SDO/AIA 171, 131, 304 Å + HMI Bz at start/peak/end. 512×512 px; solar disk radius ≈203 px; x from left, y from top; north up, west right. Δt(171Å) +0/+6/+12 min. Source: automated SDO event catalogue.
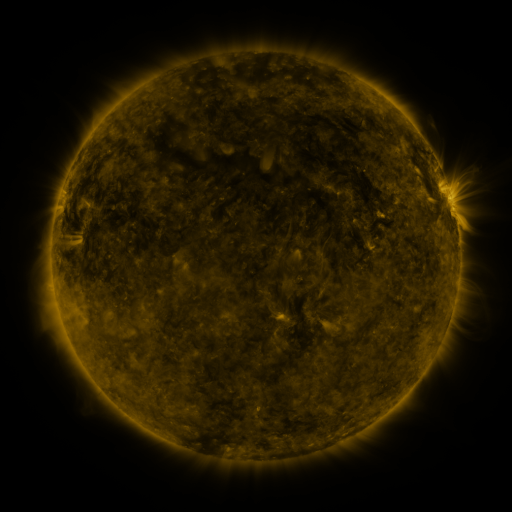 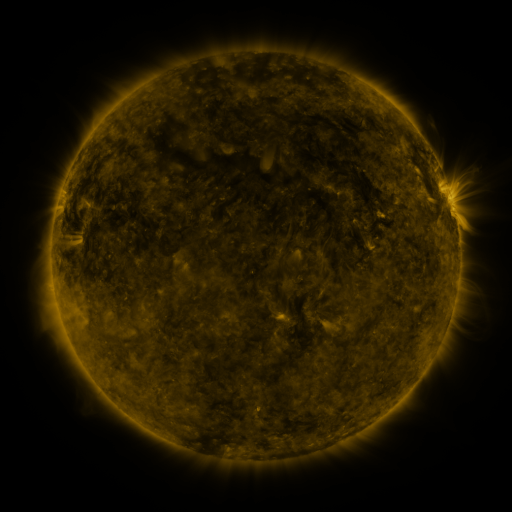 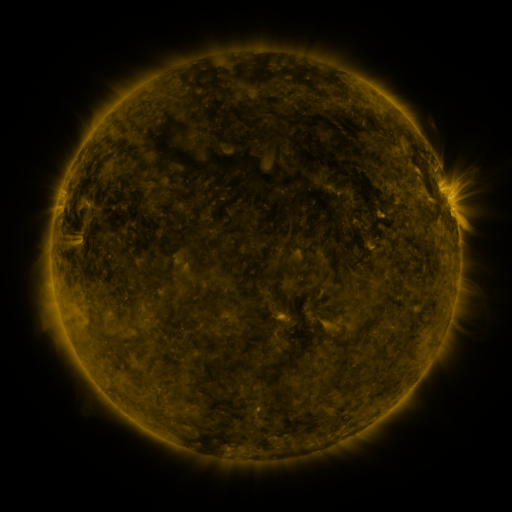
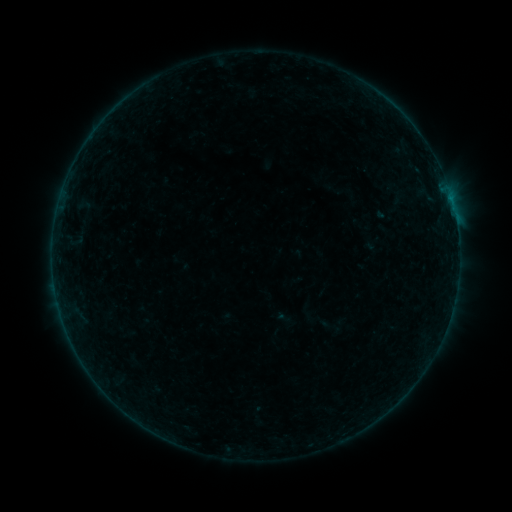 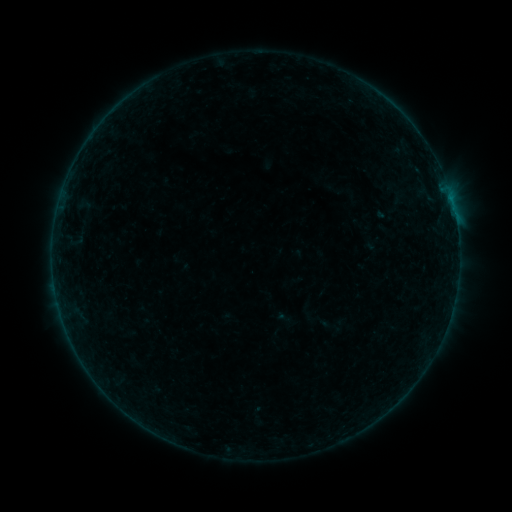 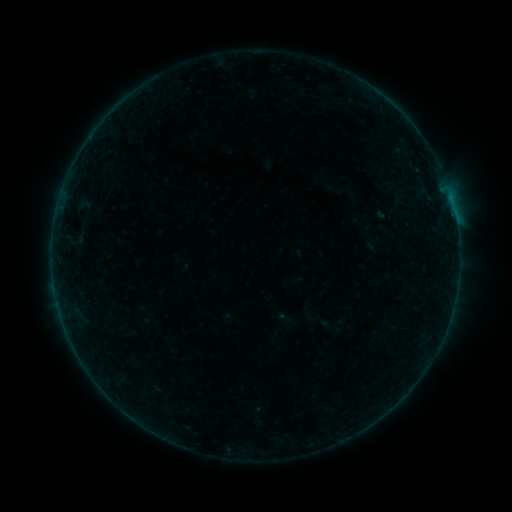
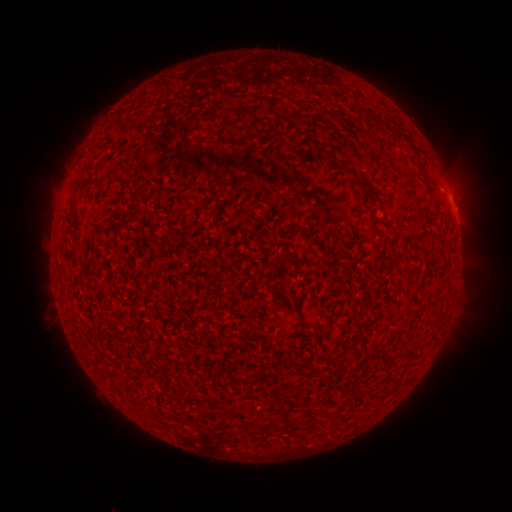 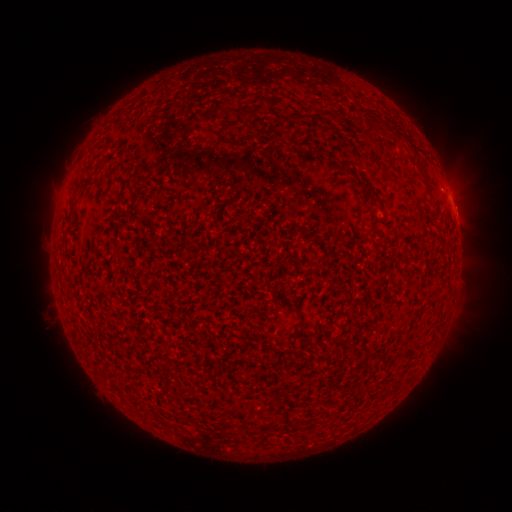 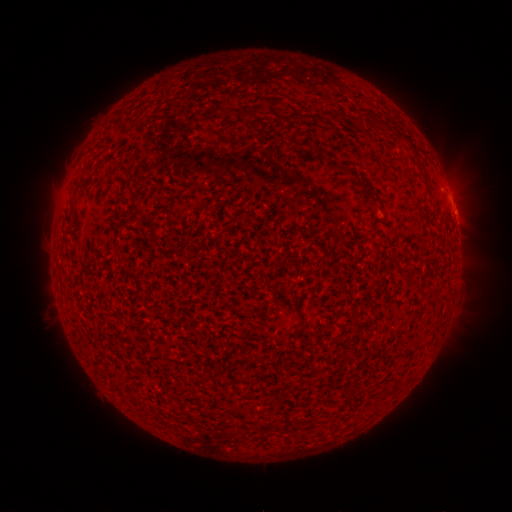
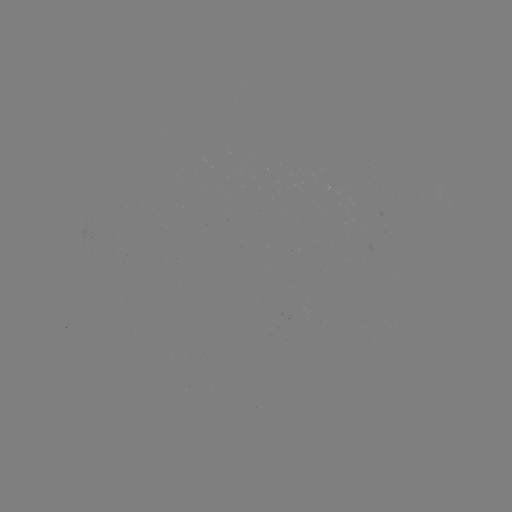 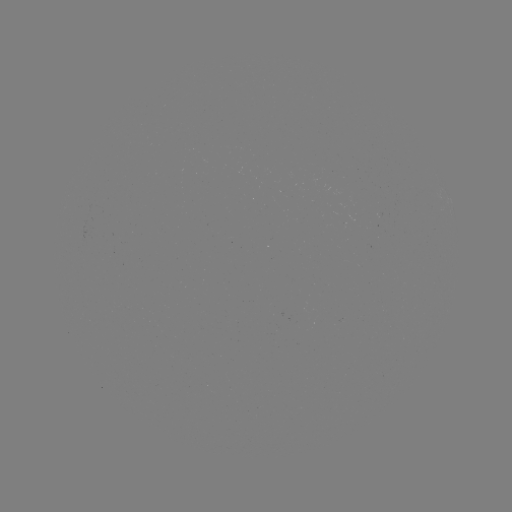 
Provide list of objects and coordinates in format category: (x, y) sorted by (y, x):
B1.8 flare: (455, 218)
